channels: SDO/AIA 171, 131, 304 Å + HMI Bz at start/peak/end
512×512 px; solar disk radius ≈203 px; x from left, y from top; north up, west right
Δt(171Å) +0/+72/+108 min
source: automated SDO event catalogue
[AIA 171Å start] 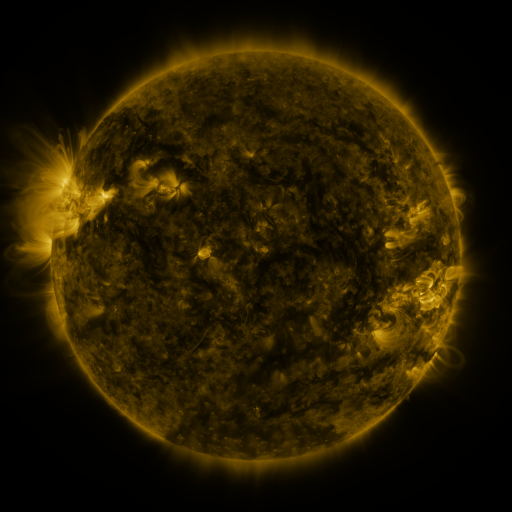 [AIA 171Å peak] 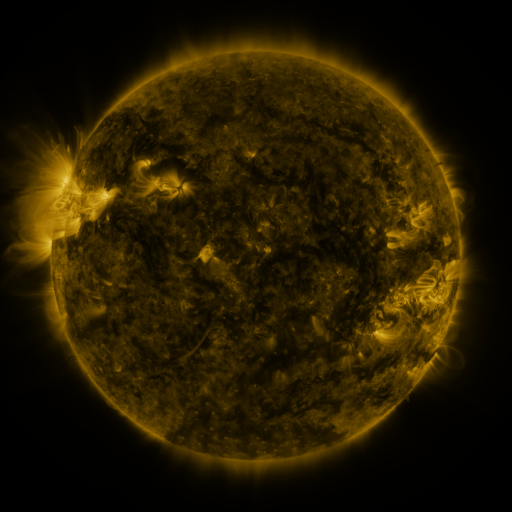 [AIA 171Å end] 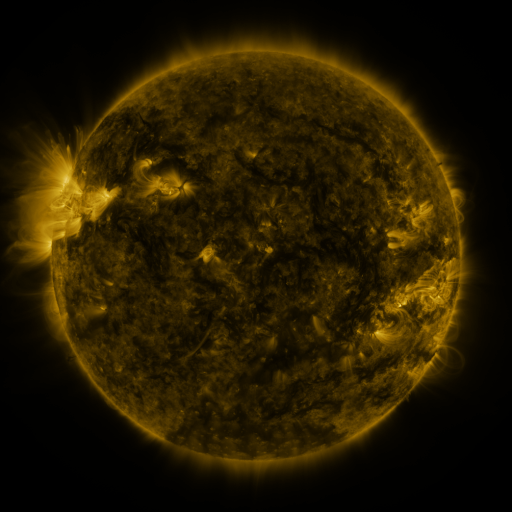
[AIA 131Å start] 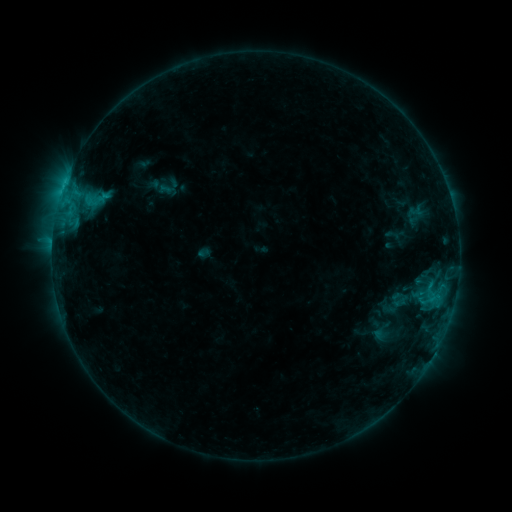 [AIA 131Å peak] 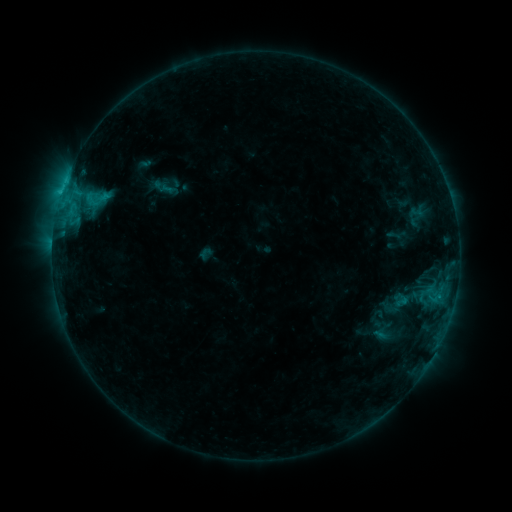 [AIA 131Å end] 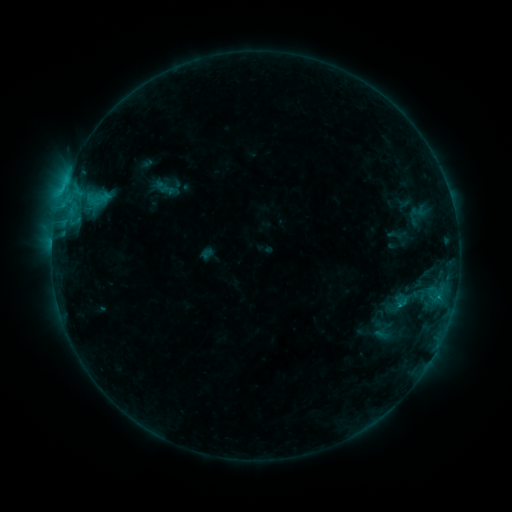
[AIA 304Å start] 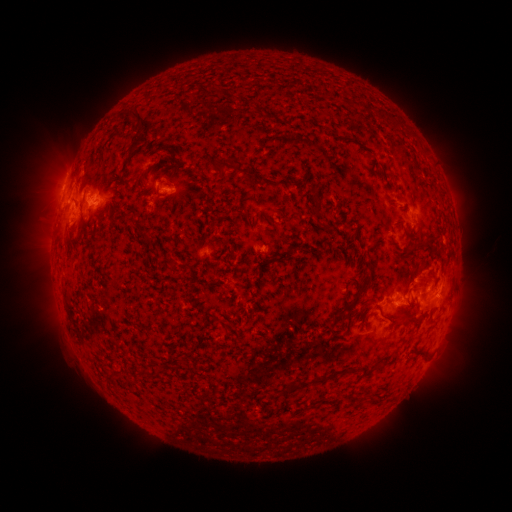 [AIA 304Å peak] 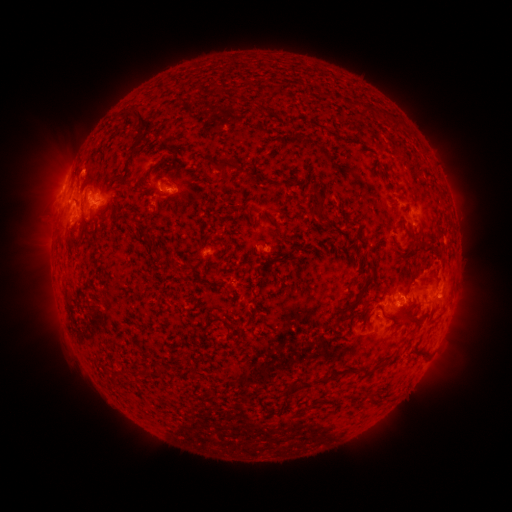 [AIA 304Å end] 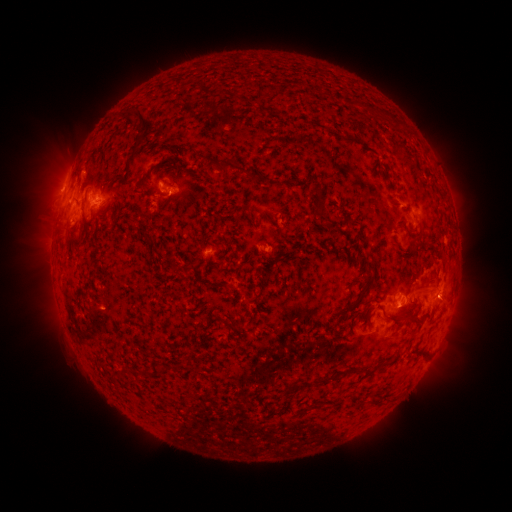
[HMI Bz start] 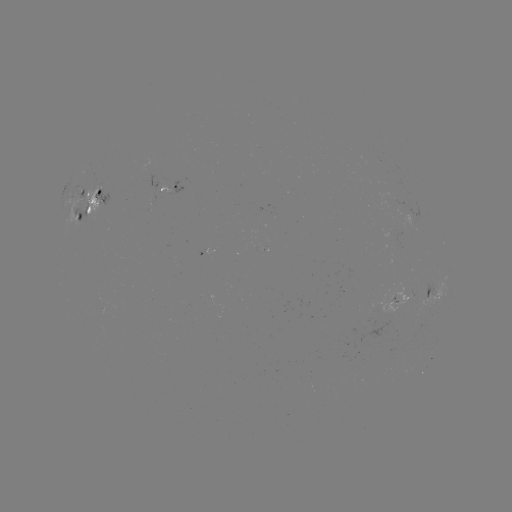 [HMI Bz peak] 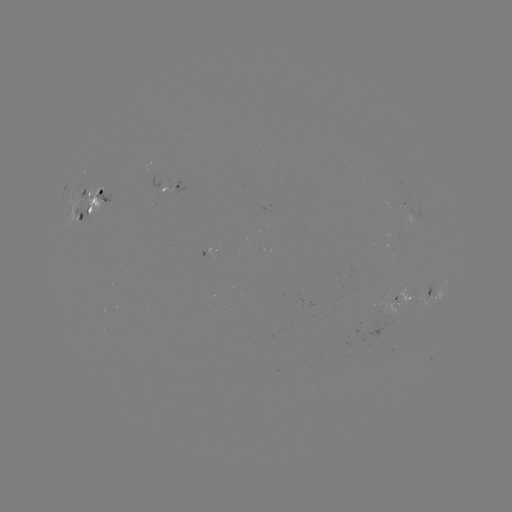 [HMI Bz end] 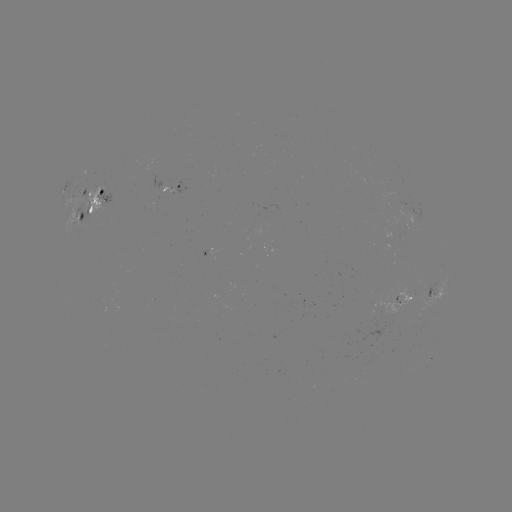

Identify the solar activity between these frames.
emerging-flux region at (90, 207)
